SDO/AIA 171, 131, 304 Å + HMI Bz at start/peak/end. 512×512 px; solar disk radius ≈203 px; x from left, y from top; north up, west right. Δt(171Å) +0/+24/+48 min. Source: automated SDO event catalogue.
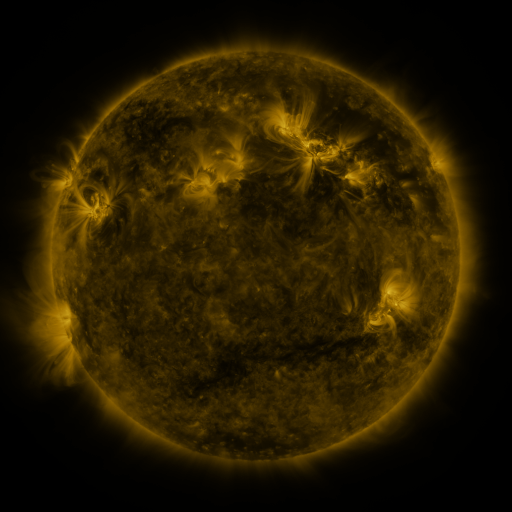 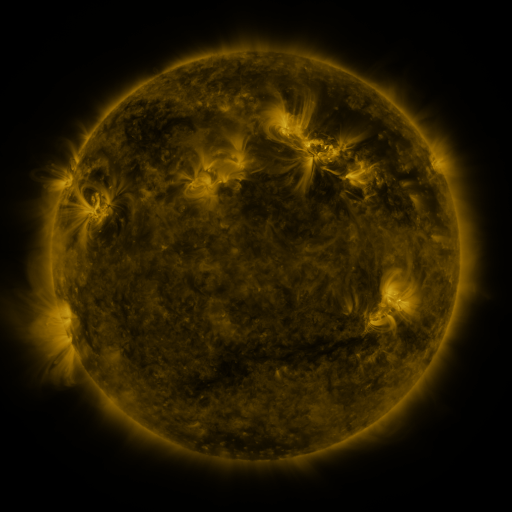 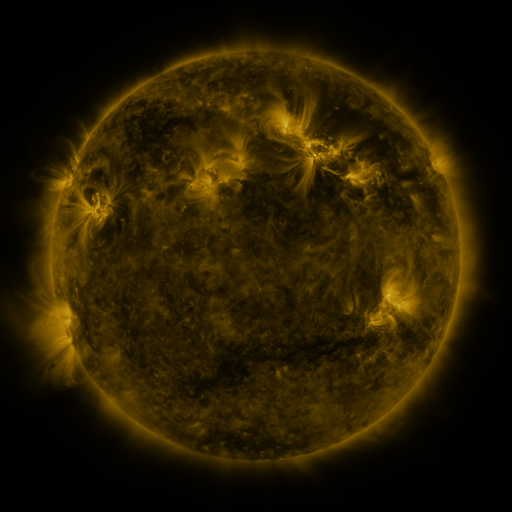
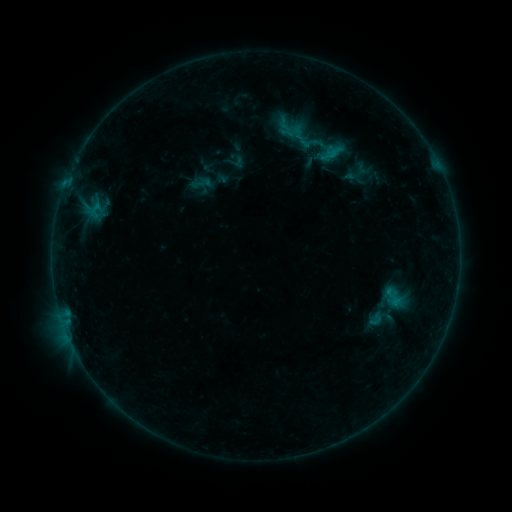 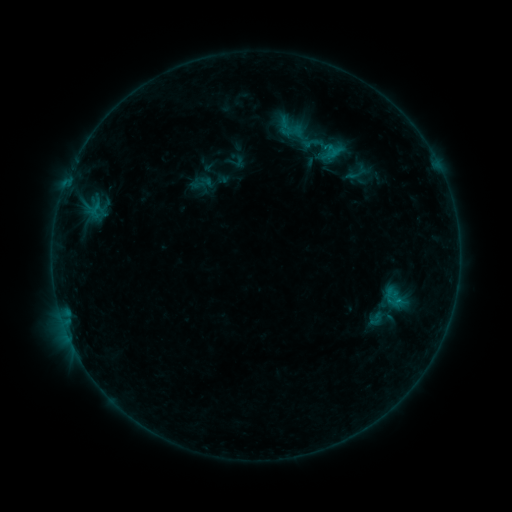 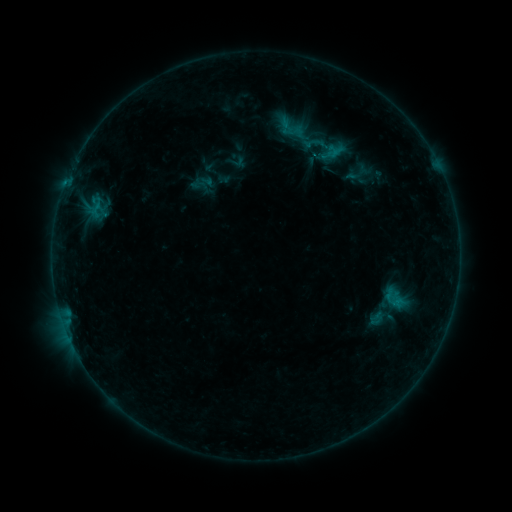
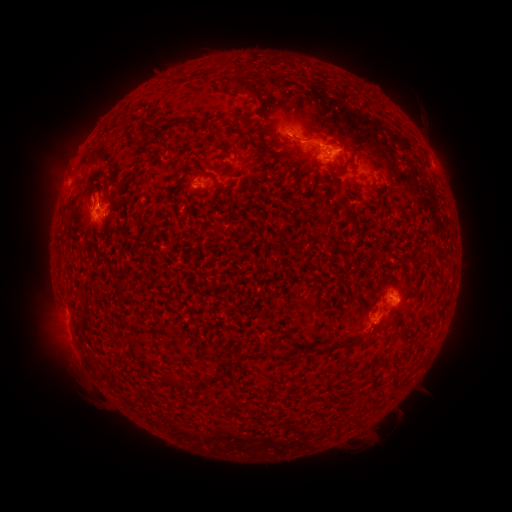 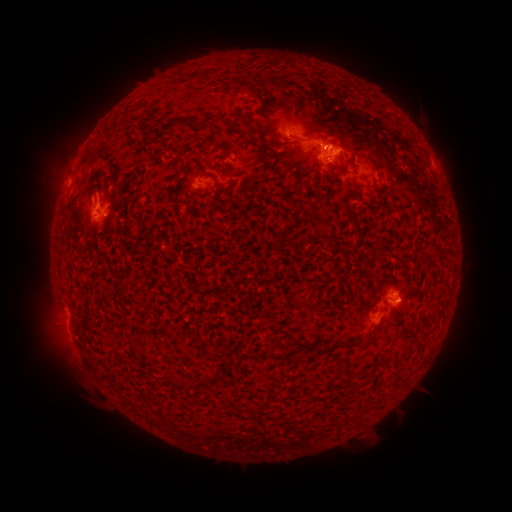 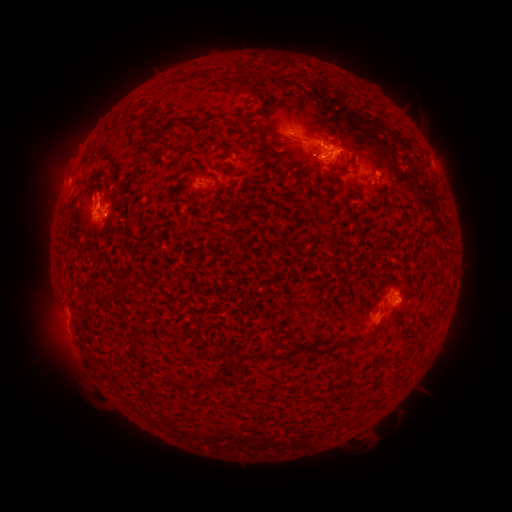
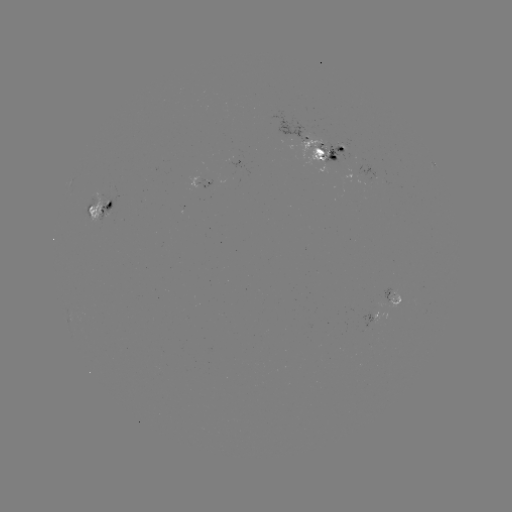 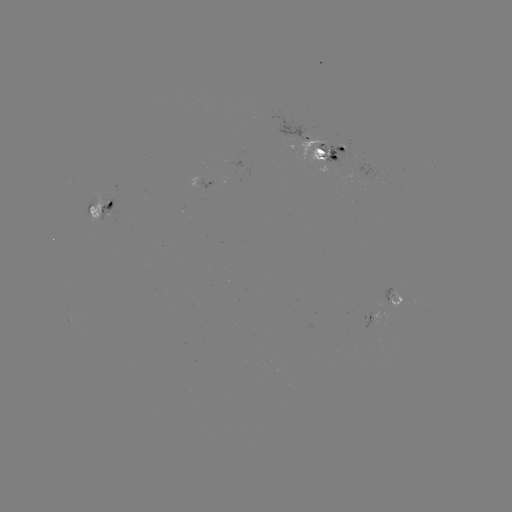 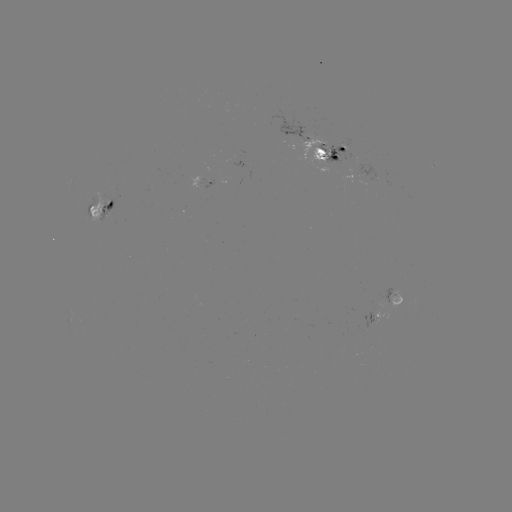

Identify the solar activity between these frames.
emerging-flux region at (324, 148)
